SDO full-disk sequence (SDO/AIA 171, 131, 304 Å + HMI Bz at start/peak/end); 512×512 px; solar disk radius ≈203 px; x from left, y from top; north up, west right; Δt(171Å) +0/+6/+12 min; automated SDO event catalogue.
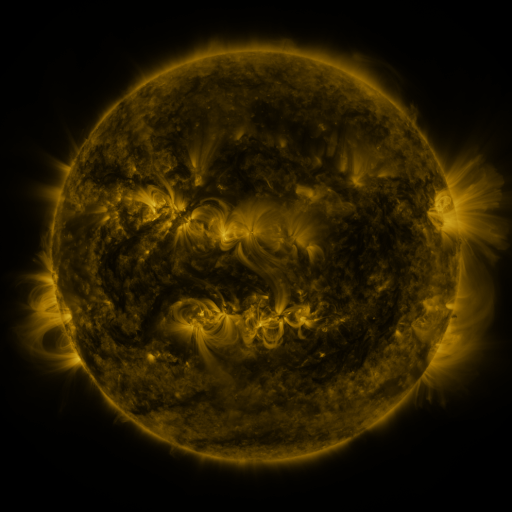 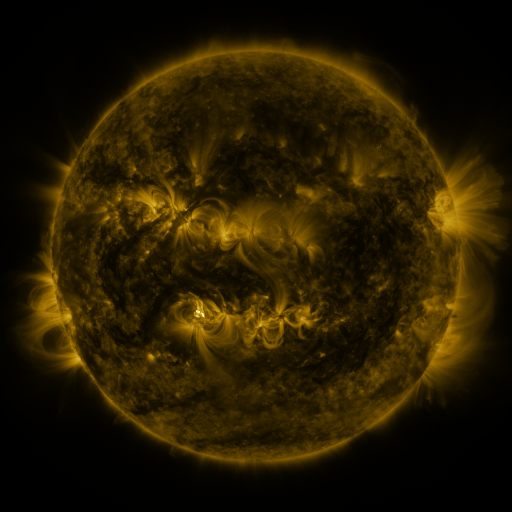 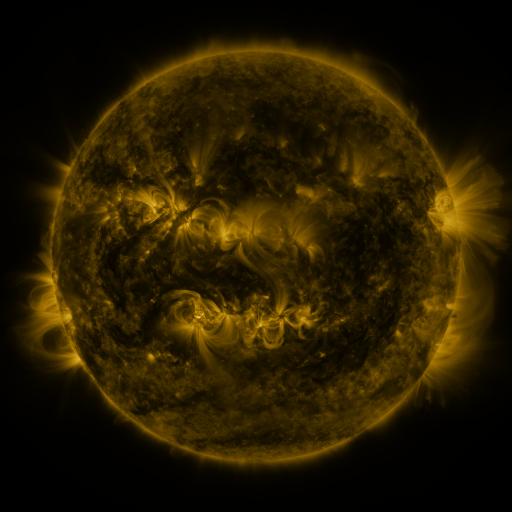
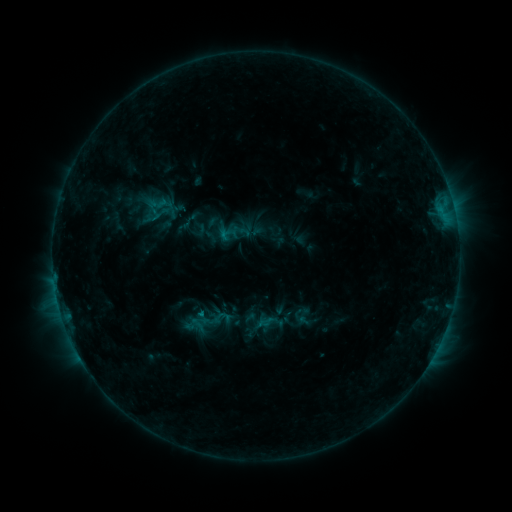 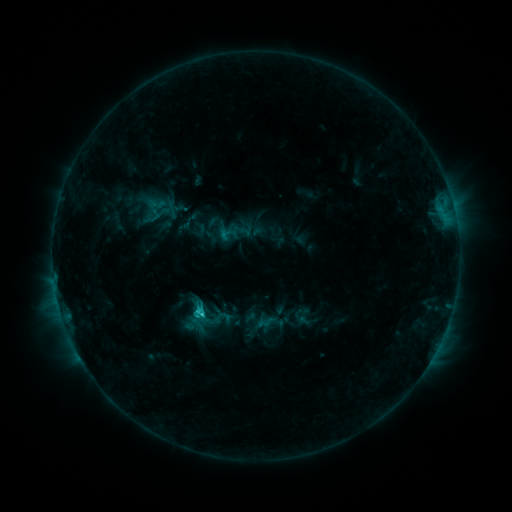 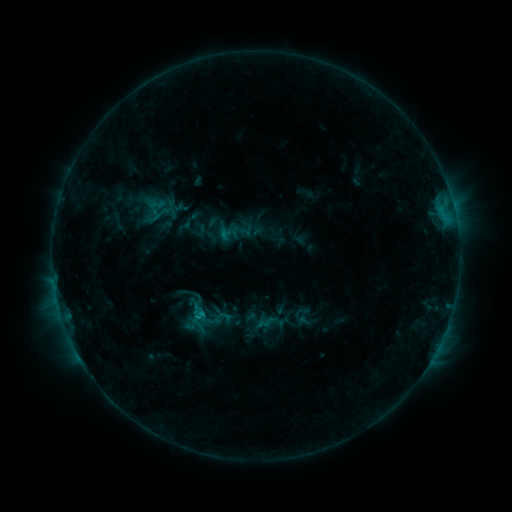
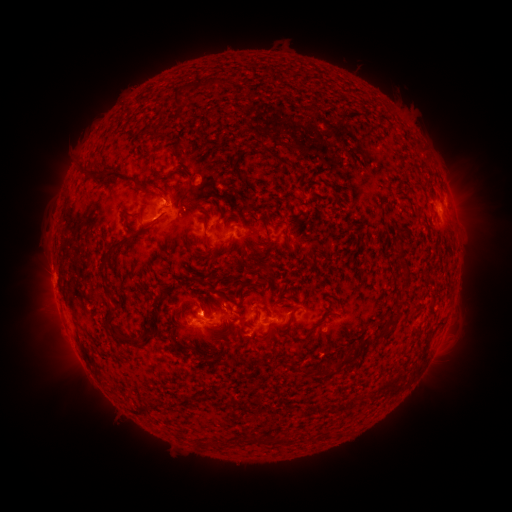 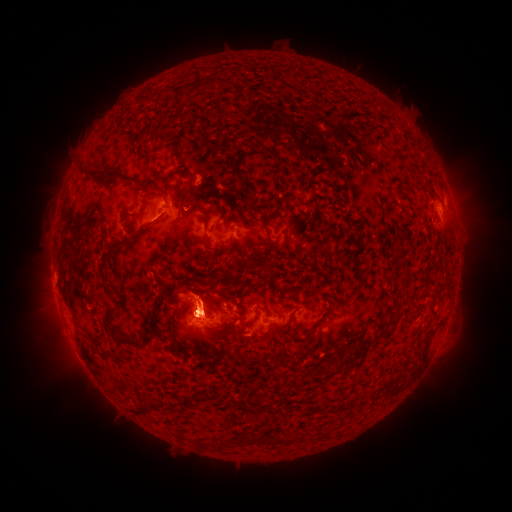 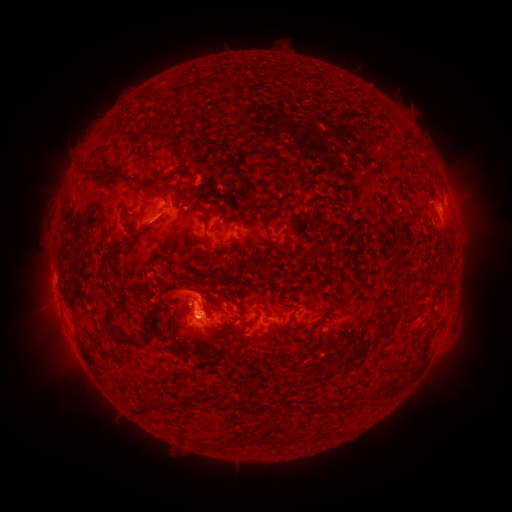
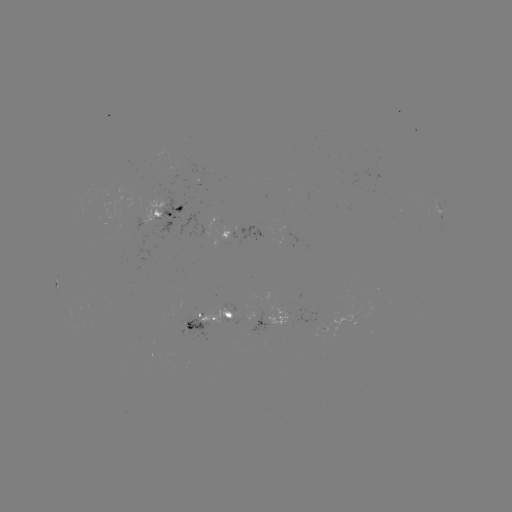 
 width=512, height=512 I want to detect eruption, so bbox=[17, 280, 83, 374].